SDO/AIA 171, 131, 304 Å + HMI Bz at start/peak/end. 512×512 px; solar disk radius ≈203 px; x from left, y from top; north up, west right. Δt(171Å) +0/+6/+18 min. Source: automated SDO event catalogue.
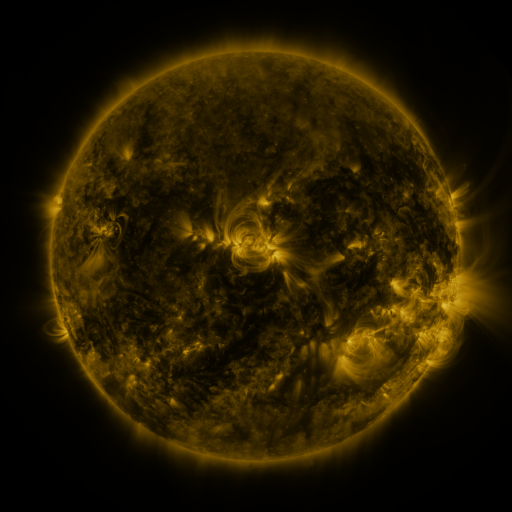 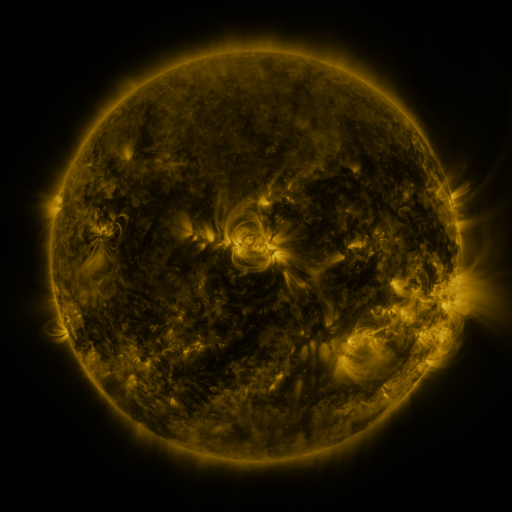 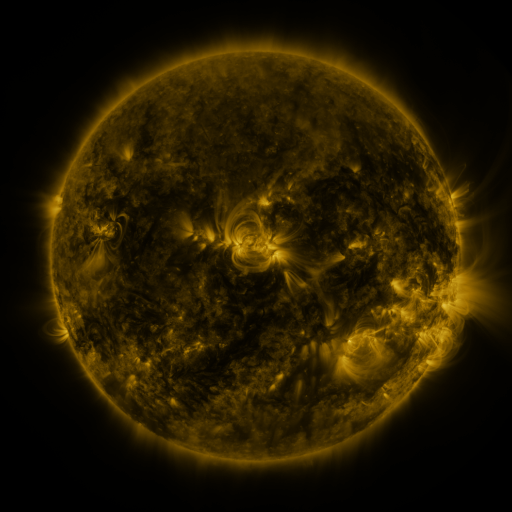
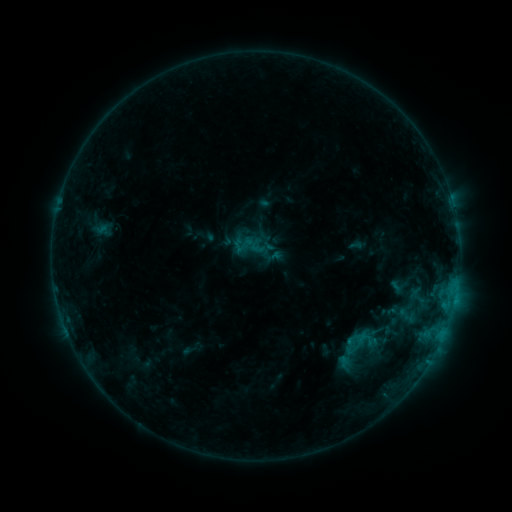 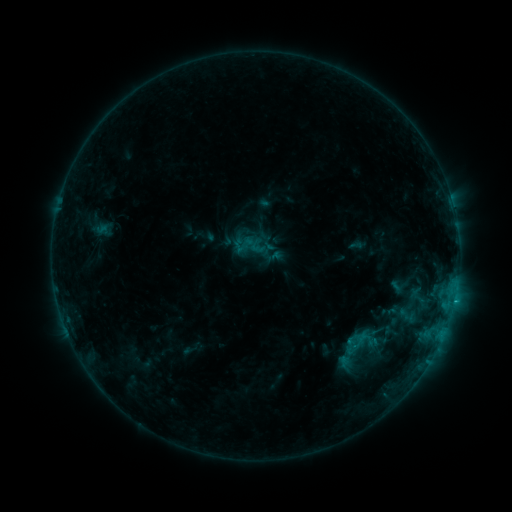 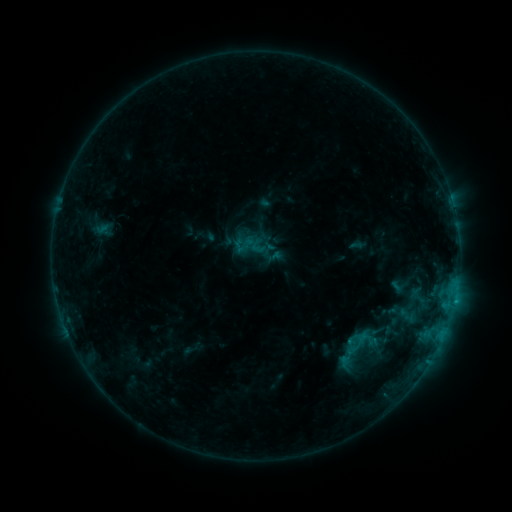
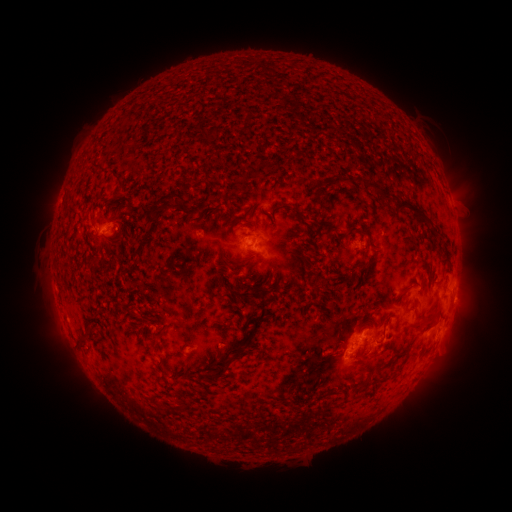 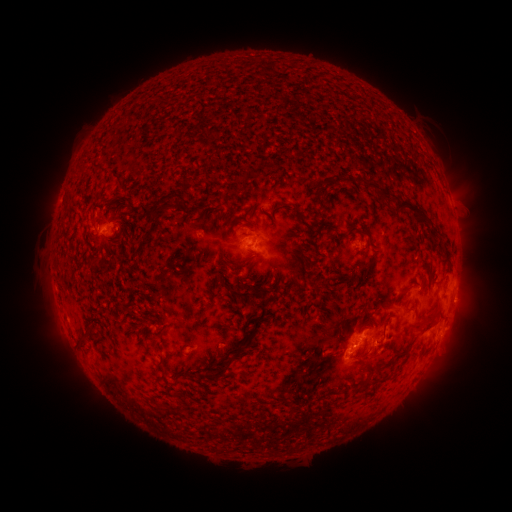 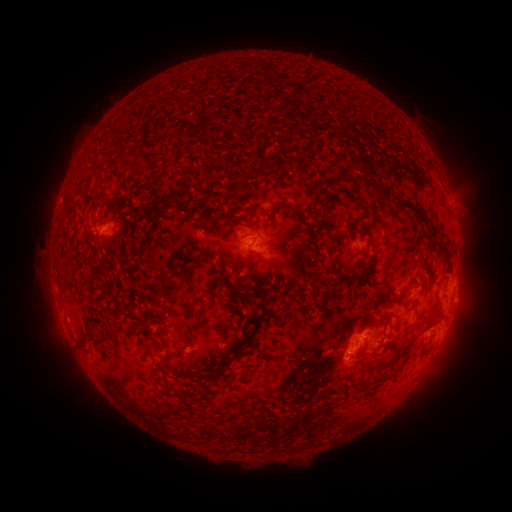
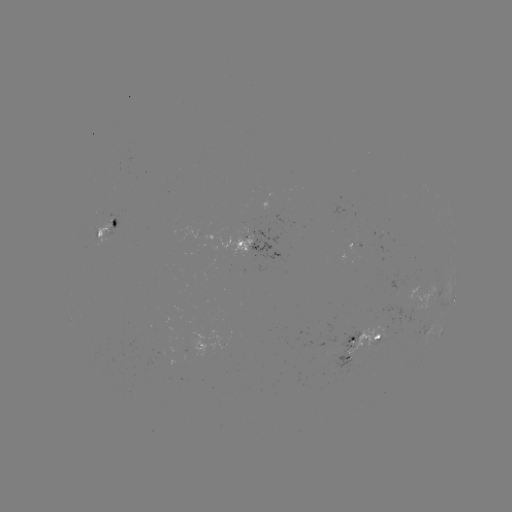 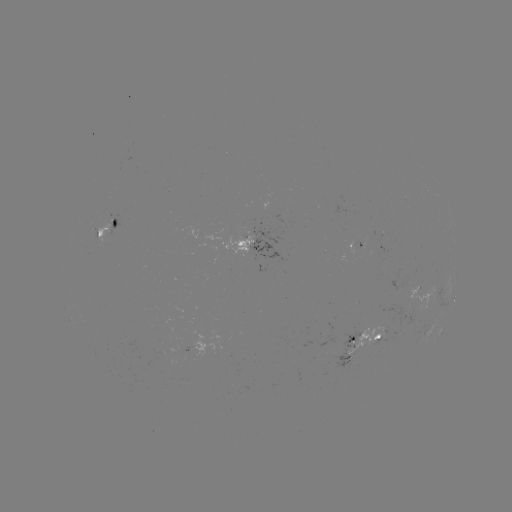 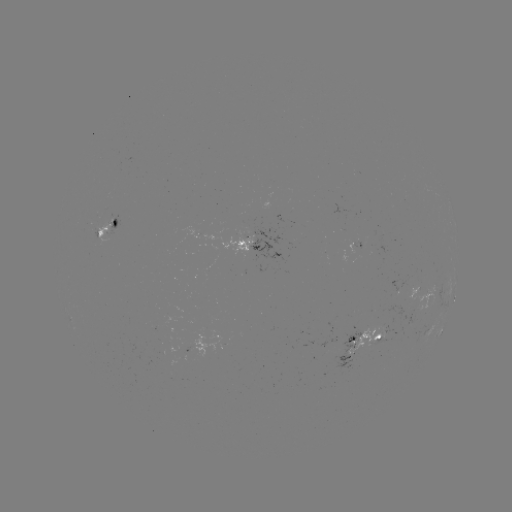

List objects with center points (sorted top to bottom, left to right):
B7.3 flare: (454, 298)
